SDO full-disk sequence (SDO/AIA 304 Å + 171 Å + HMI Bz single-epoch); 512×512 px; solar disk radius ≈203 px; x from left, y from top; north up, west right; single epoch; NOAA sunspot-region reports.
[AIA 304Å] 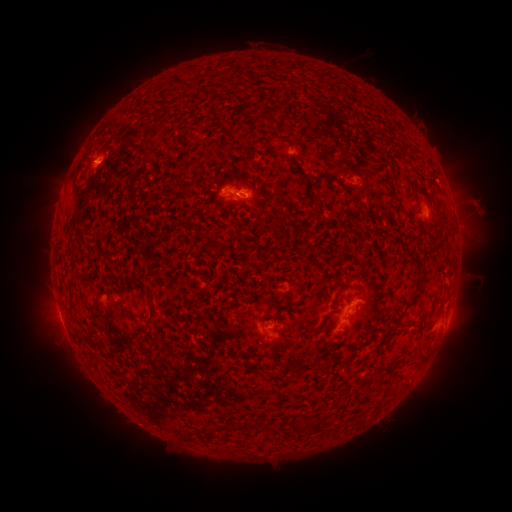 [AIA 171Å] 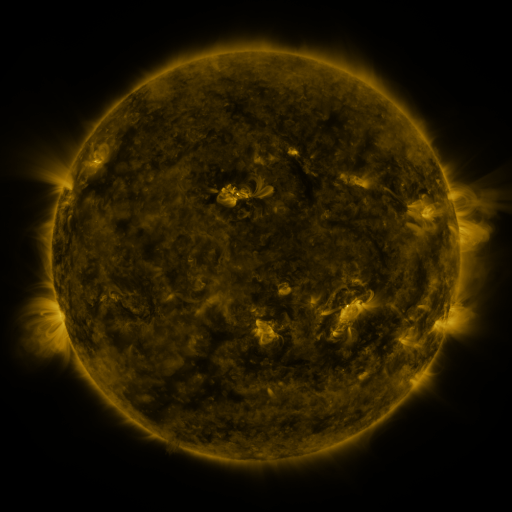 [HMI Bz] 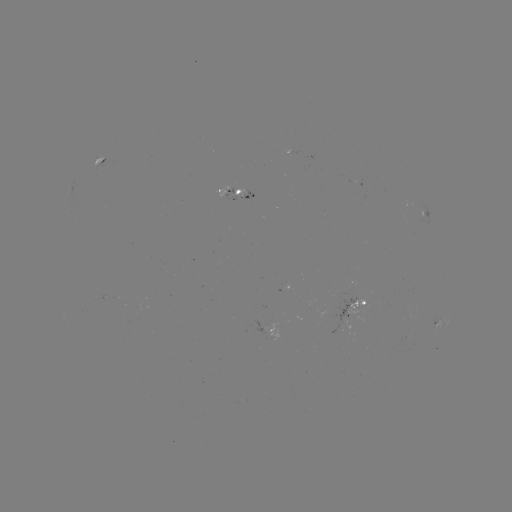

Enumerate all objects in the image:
spotted active region: (102, 158)
spotted active region: (231, 192)
spotted active region: (426, 211)
spotted active region: (358, 303)
spotted active region: (448, 317)
spotted active region: (437, 323)
spotted active region: (271, 328)
